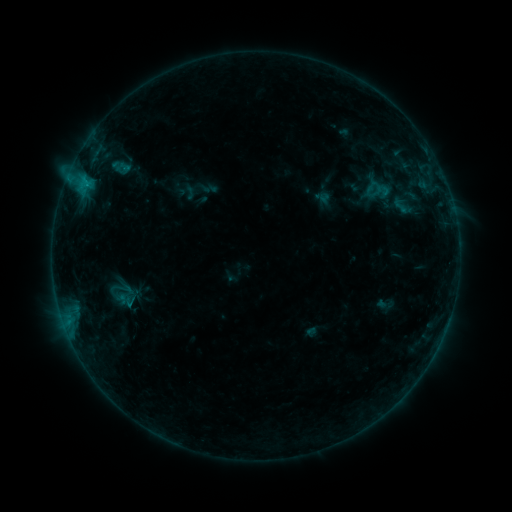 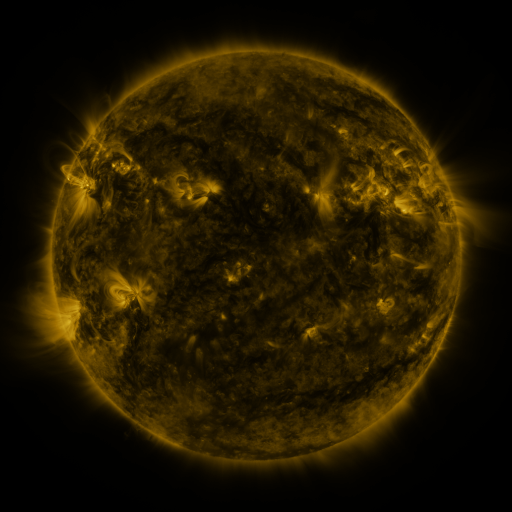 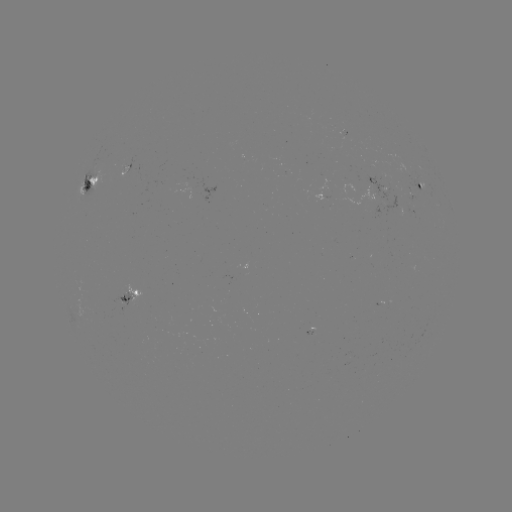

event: sigmoid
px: (400, 205)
